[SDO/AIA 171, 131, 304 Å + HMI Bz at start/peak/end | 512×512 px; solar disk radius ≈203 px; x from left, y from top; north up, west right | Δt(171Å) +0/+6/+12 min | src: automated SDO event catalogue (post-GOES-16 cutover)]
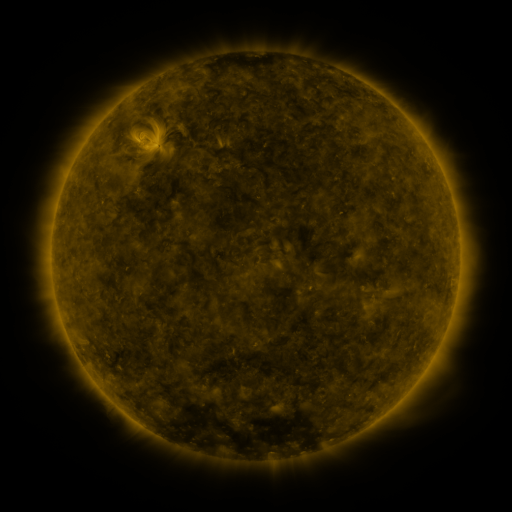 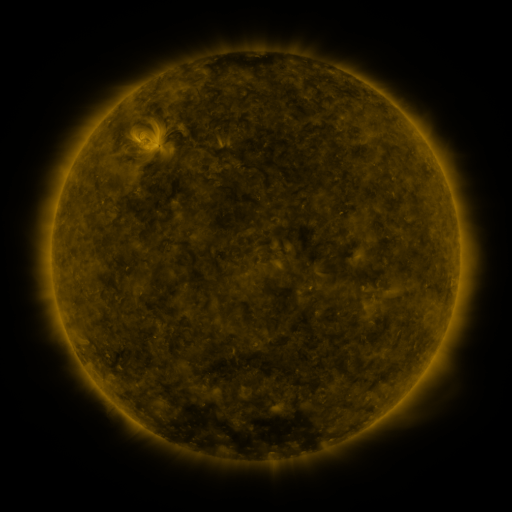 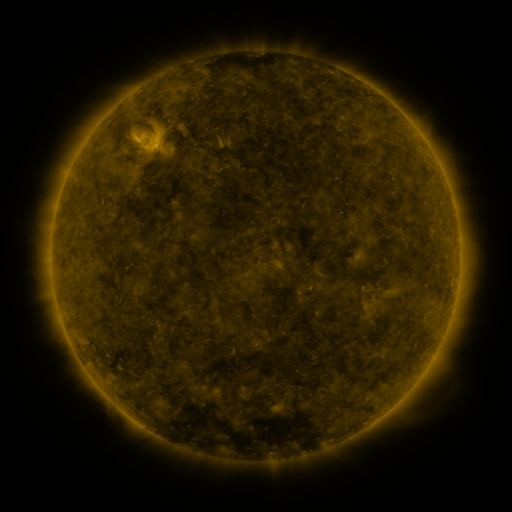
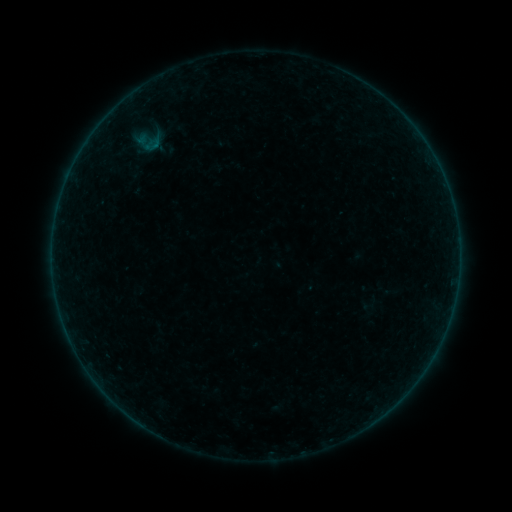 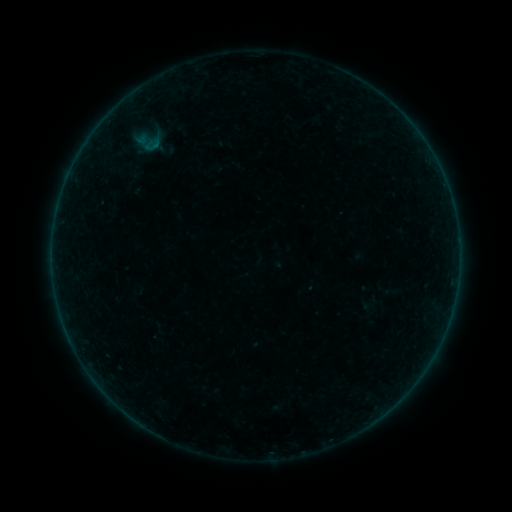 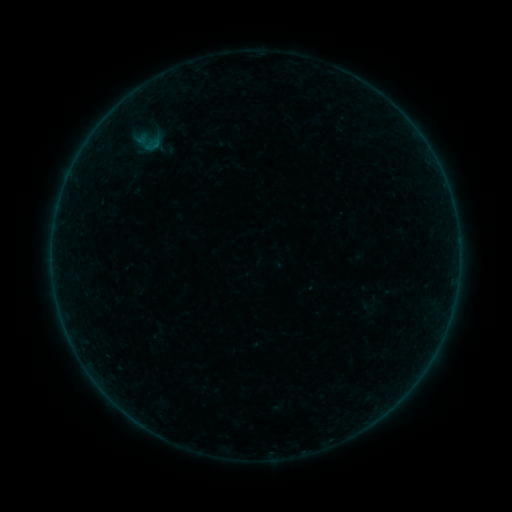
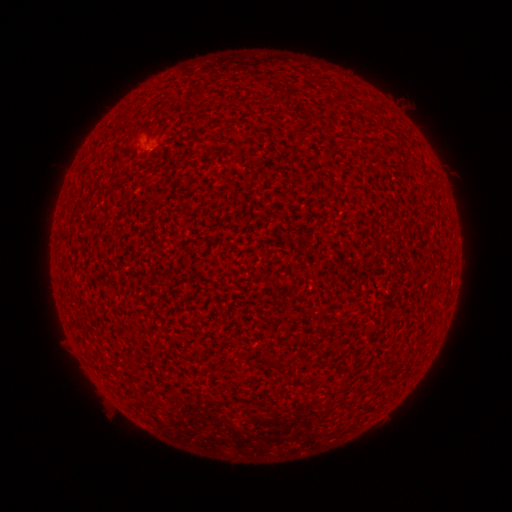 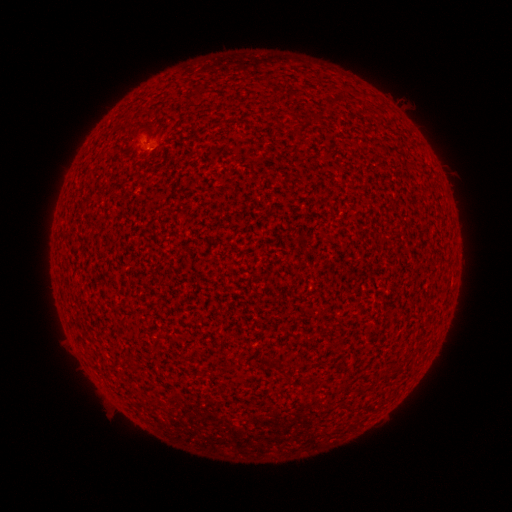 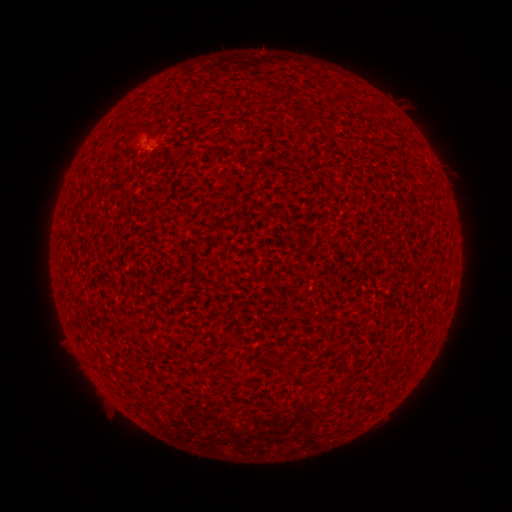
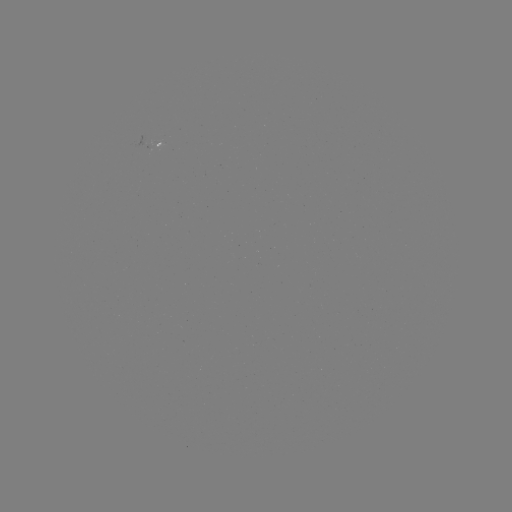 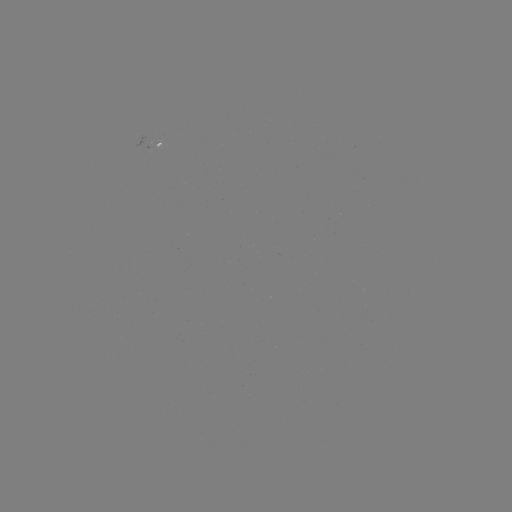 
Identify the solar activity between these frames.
A3.0 flare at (150, 150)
